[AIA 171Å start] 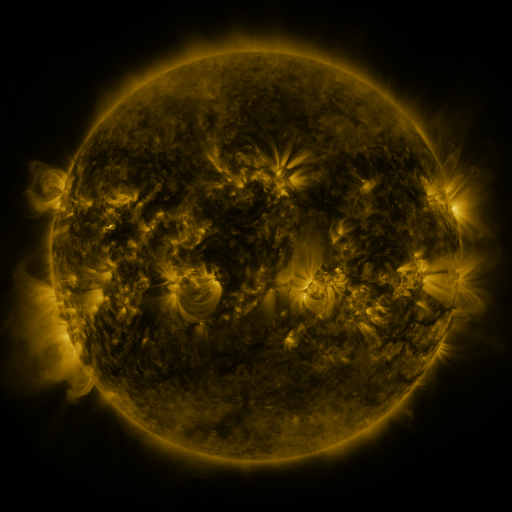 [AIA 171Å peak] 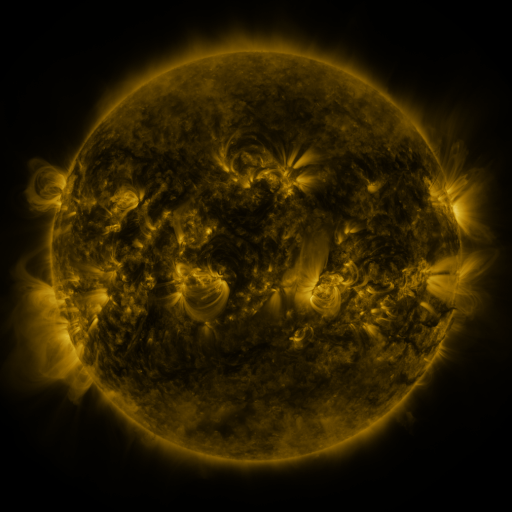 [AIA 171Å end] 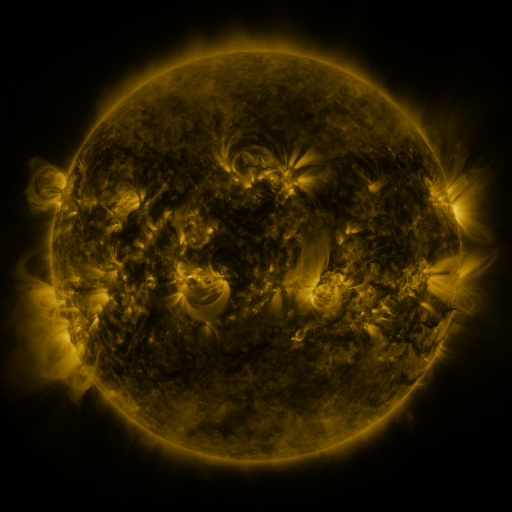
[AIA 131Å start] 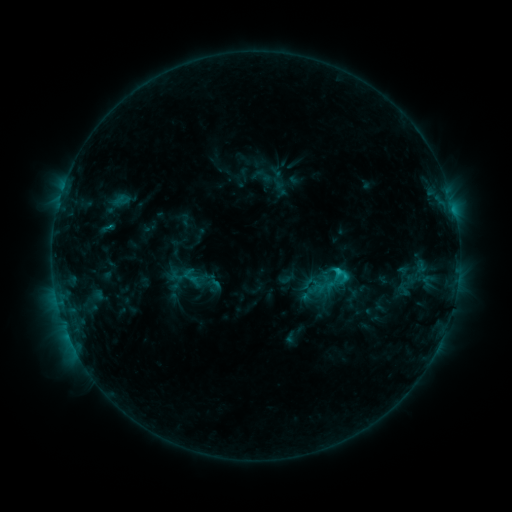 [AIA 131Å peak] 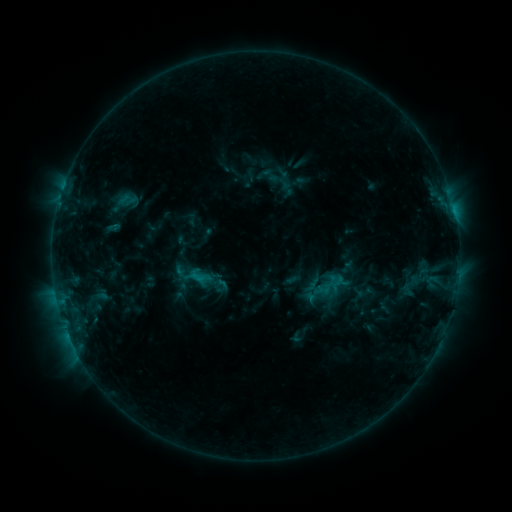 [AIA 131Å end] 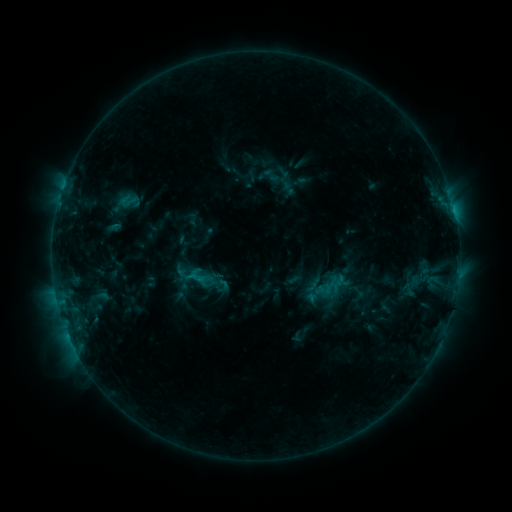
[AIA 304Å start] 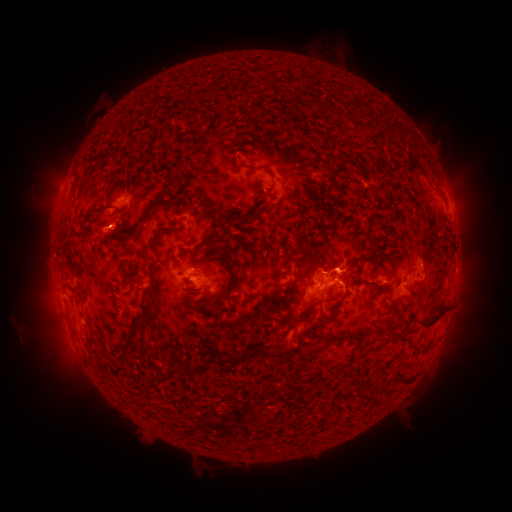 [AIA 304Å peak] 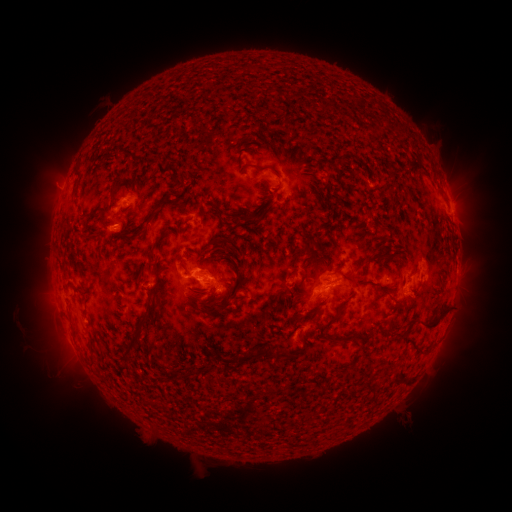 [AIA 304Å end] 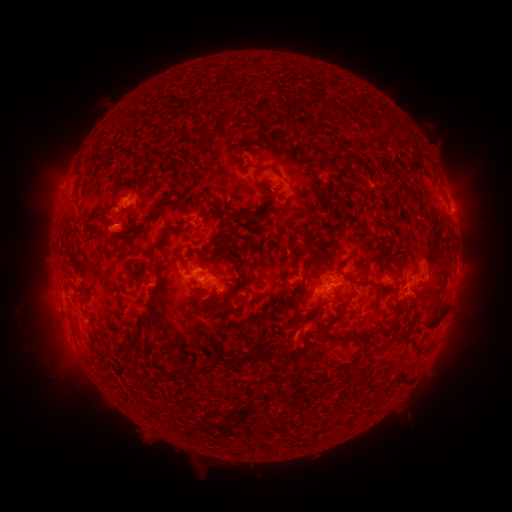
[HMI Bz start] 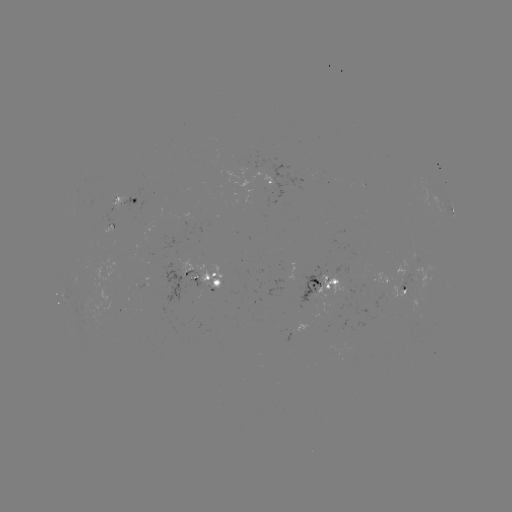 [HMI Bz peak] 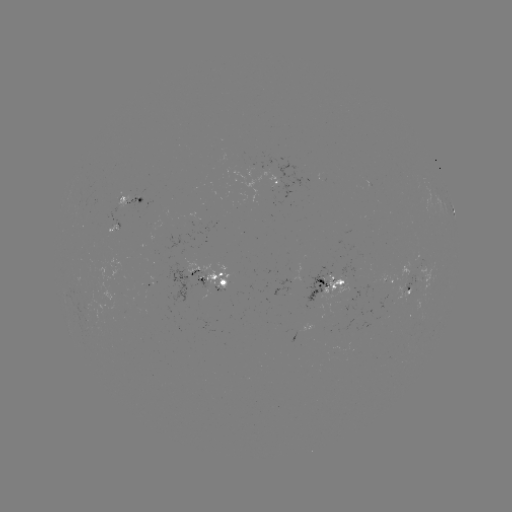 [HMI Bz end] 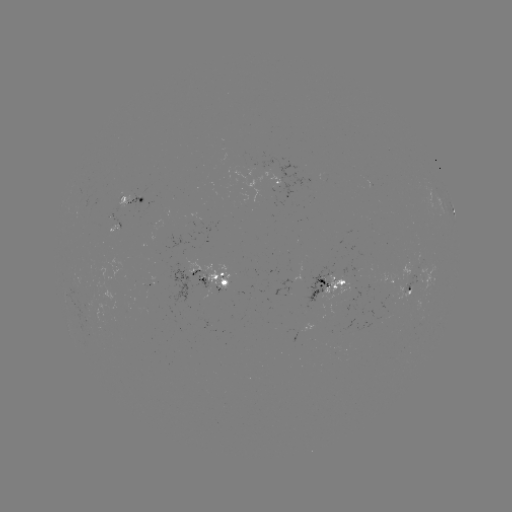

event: emerging-flux region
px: (311, 299)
